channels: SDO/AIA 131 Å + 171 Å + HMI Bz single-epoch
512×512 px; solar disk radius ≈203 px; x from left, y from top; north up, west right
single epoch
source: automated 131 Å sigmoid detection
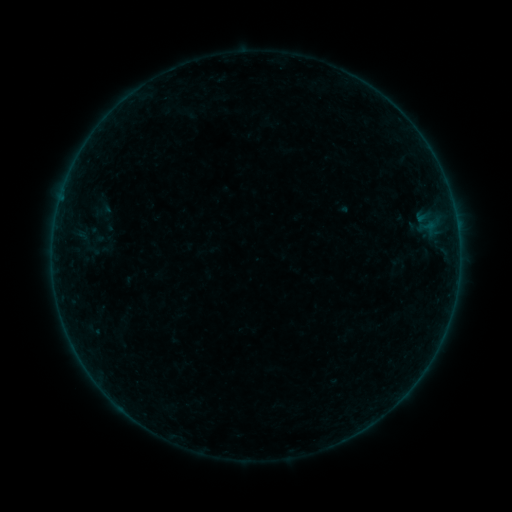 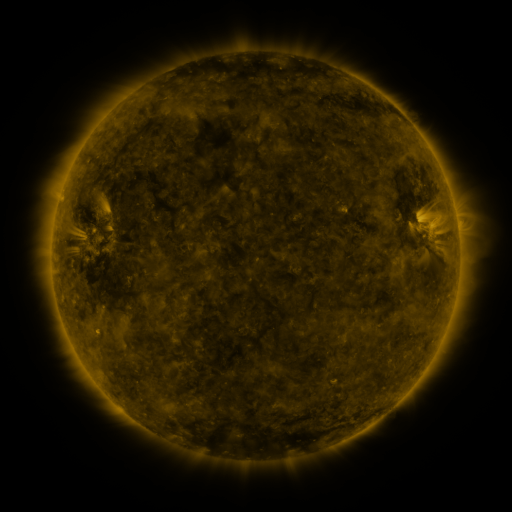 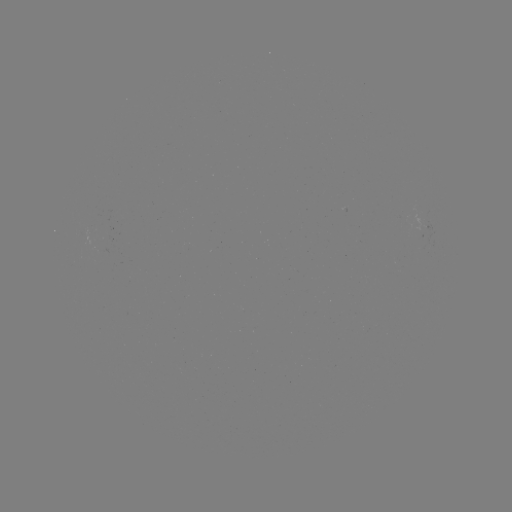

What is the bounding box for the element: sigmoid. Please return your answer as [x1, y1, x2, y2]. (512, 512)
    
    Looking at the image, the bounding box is [91, 199, 113, 220].